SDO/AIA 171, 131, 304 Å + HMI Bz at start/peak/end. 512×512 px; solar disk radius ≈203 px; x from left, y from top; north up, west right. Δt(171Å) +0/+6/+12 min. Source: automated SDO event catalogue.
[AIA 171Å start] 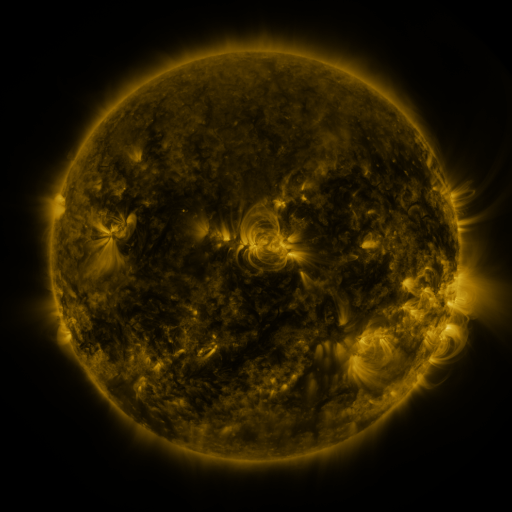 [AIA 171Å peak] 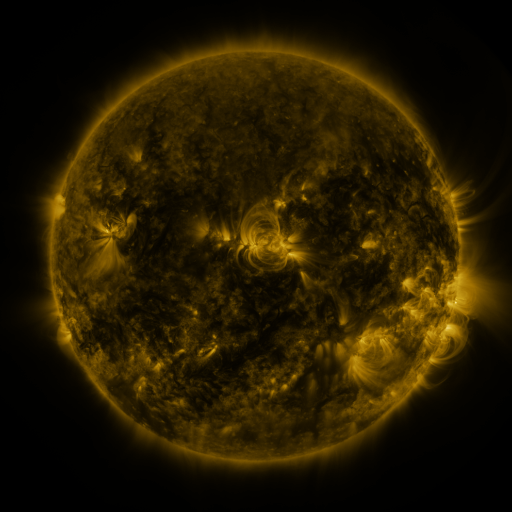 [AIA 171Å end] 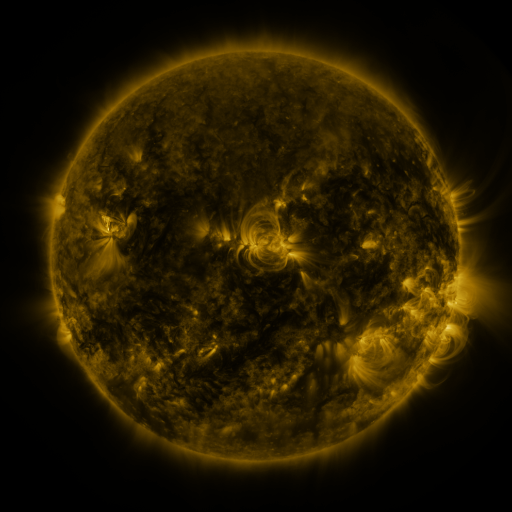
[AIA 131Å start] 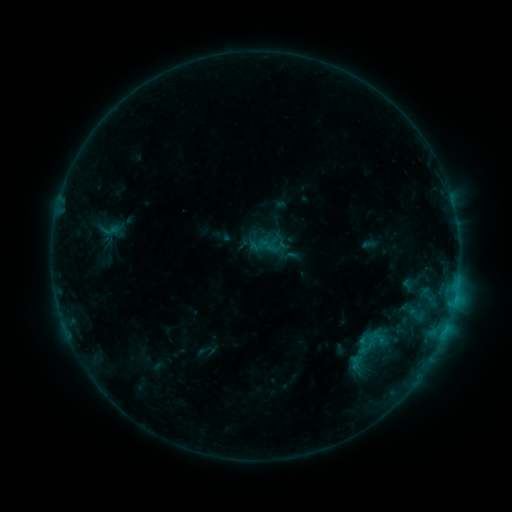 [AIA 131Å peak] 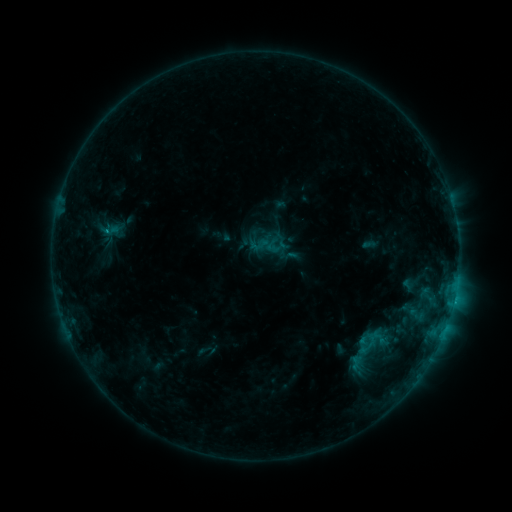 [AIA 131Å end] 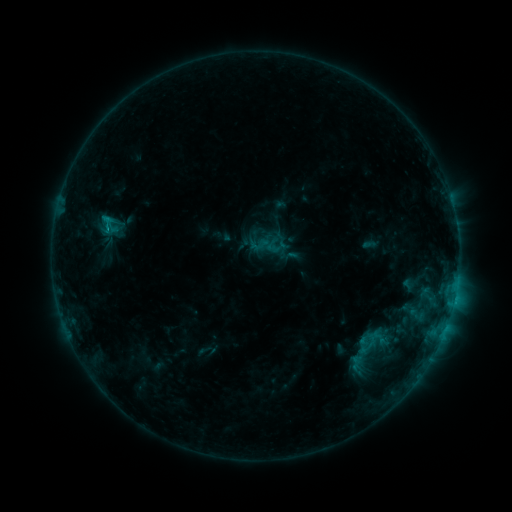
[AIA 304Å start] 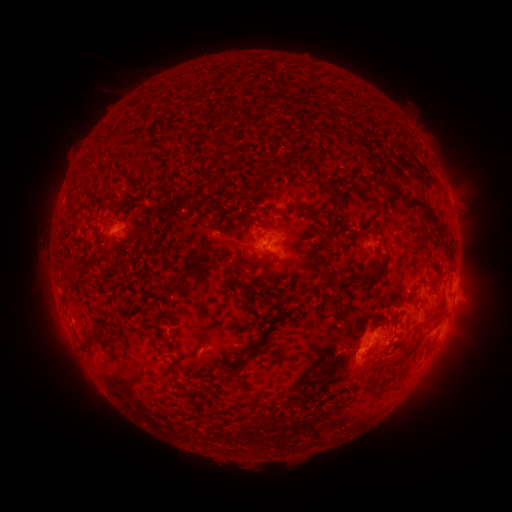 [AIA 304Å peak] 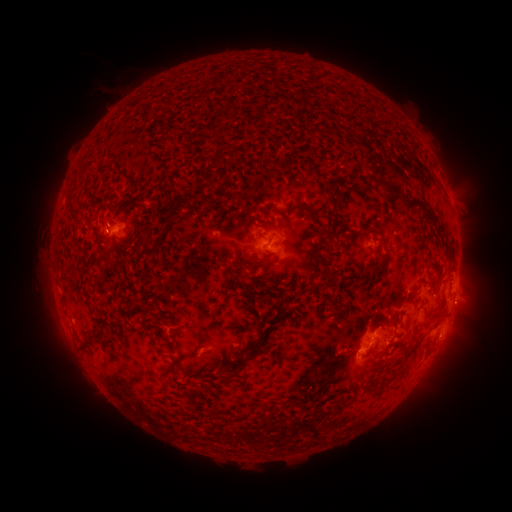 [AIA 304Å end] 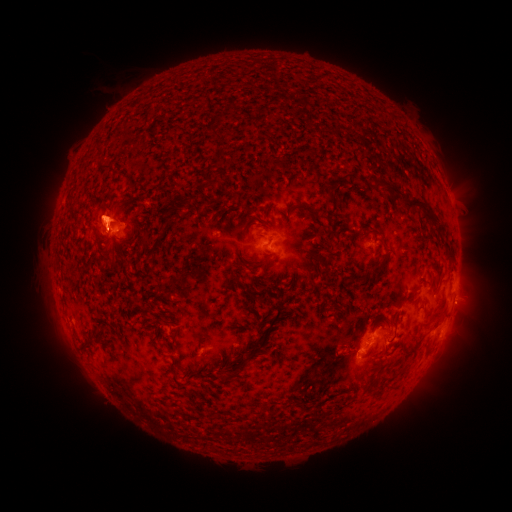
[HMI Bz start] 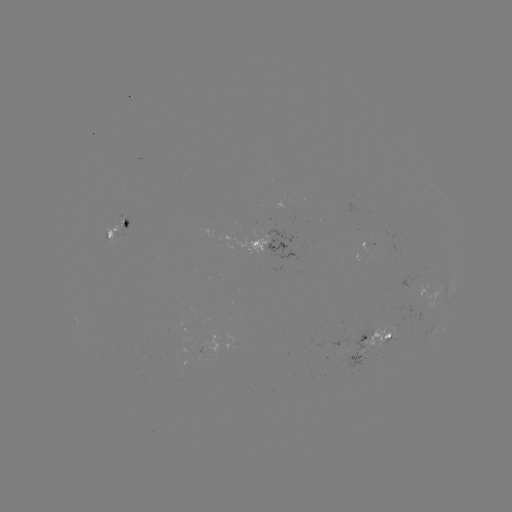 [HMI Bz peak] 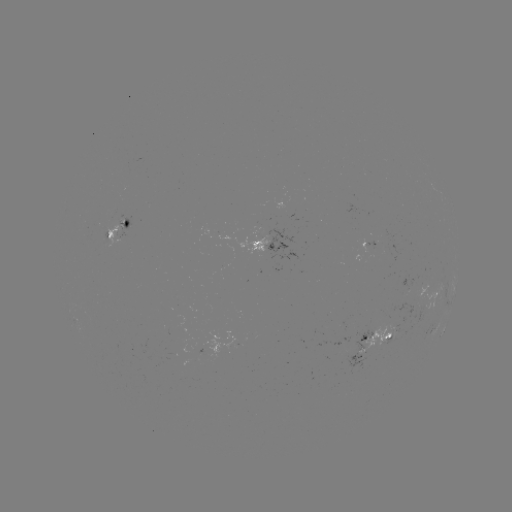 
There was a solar flare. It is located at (107, 231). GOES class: C1.8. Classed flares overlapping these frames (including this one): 1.